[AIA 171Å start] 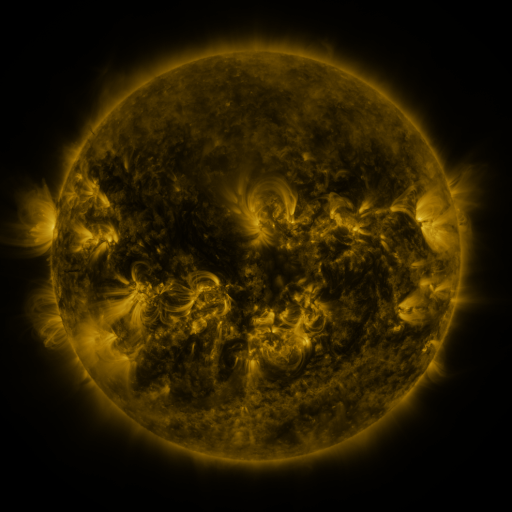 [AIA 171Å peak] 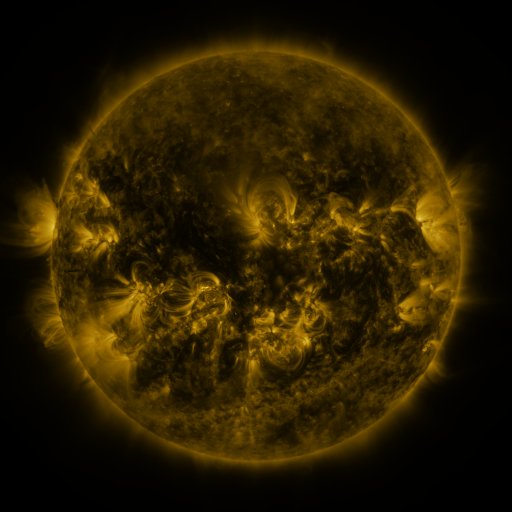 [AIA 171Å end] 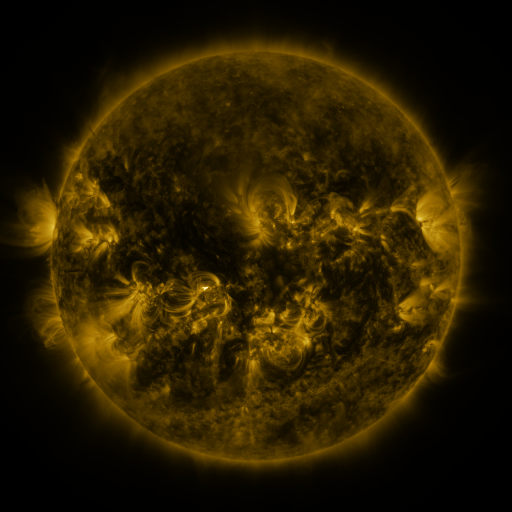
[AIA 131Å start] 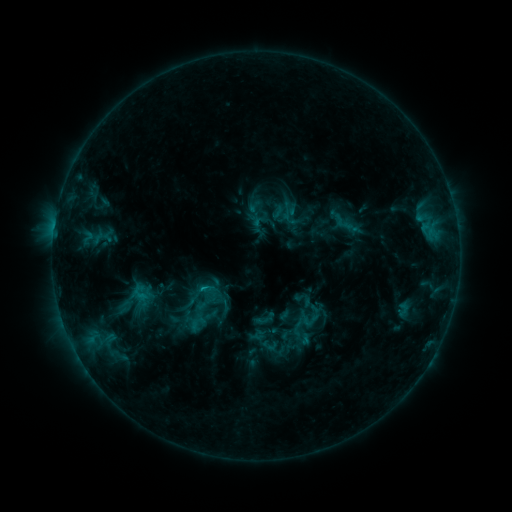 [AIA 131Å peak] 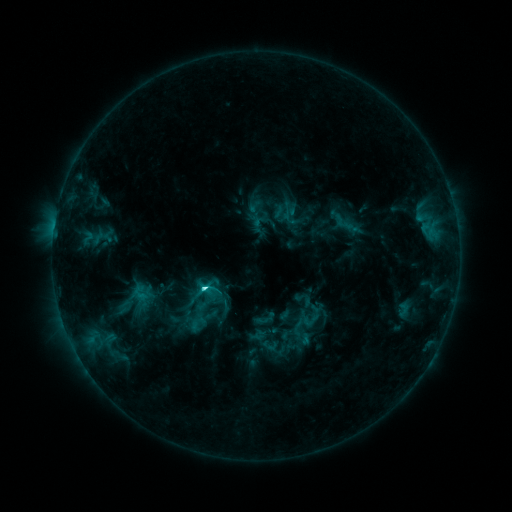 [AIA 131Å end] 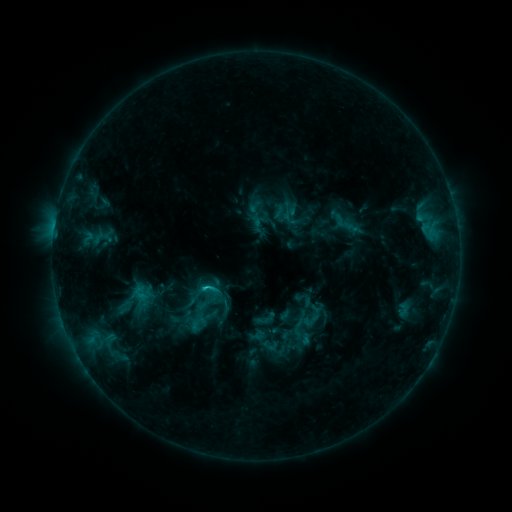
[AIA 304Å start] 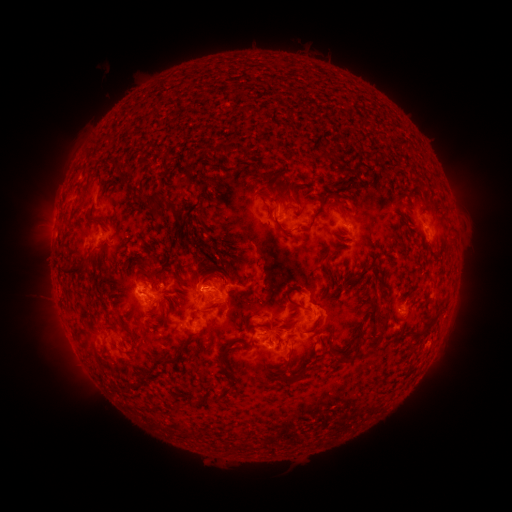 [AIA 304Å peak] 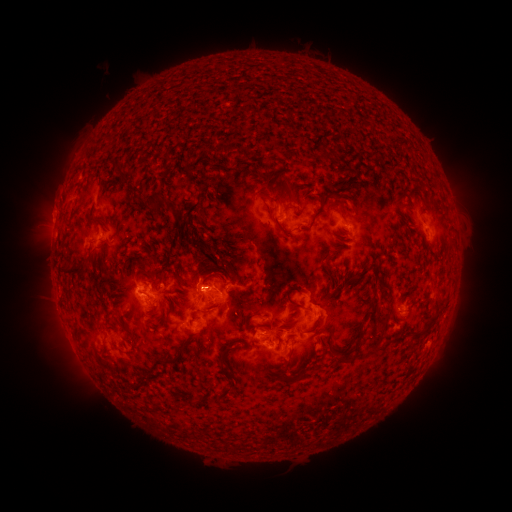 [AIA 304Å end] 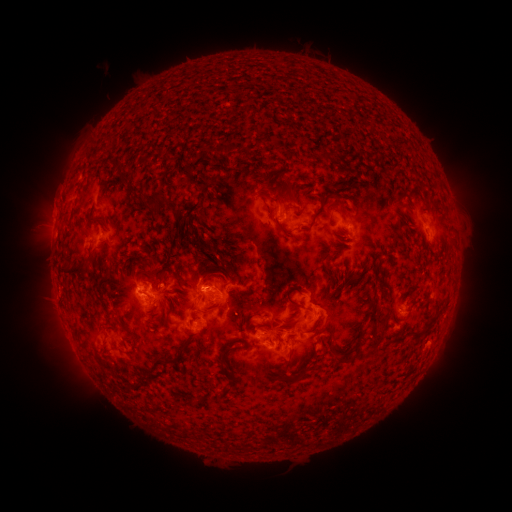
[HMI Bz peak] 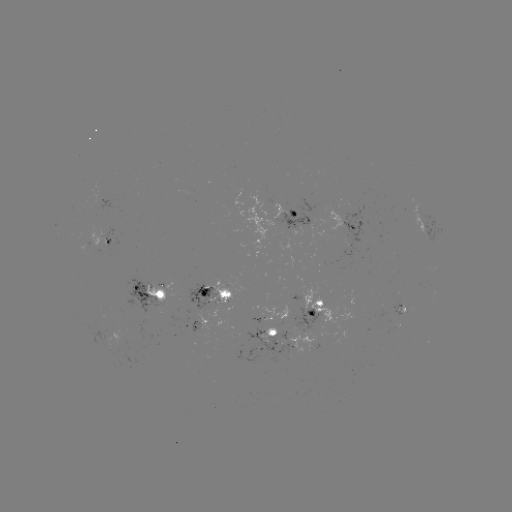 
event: flare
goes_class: C3.5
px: (206, 285)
